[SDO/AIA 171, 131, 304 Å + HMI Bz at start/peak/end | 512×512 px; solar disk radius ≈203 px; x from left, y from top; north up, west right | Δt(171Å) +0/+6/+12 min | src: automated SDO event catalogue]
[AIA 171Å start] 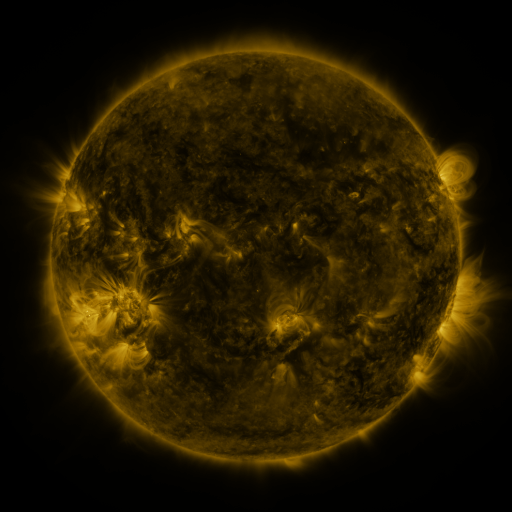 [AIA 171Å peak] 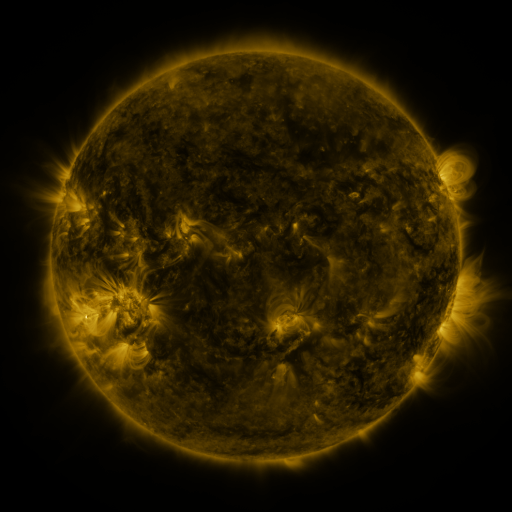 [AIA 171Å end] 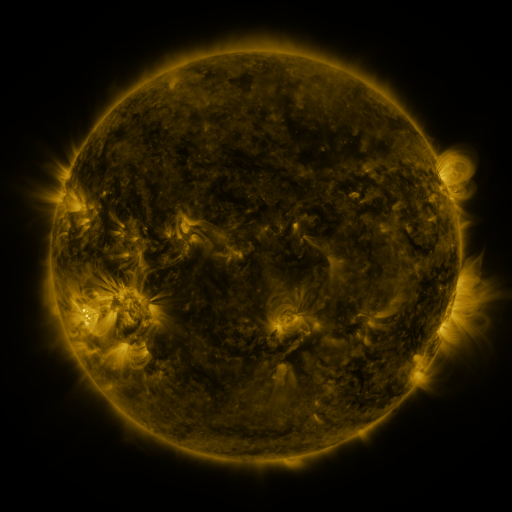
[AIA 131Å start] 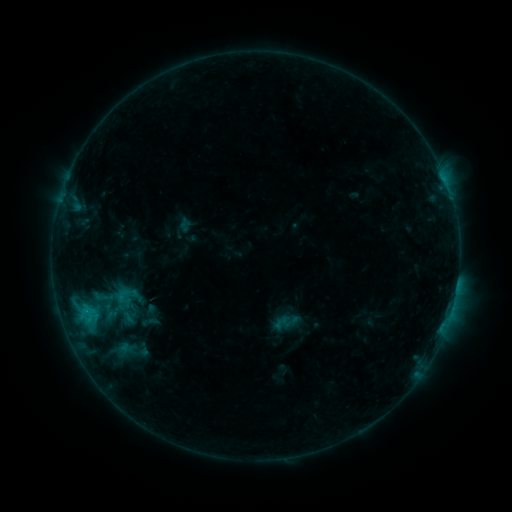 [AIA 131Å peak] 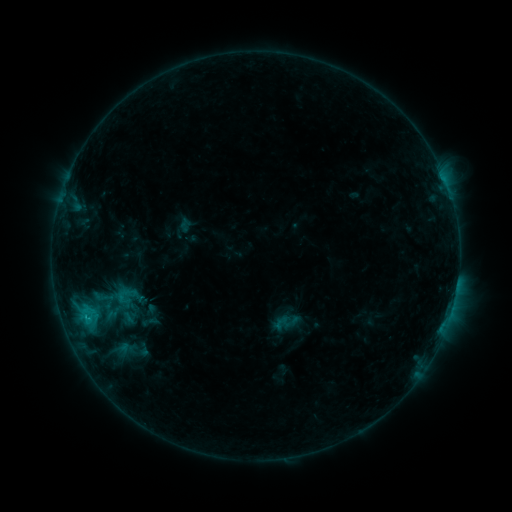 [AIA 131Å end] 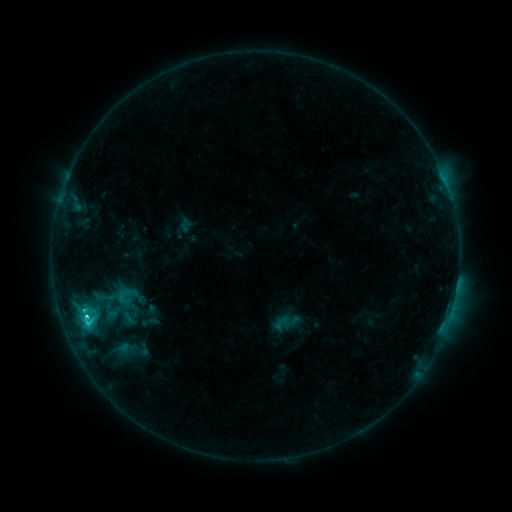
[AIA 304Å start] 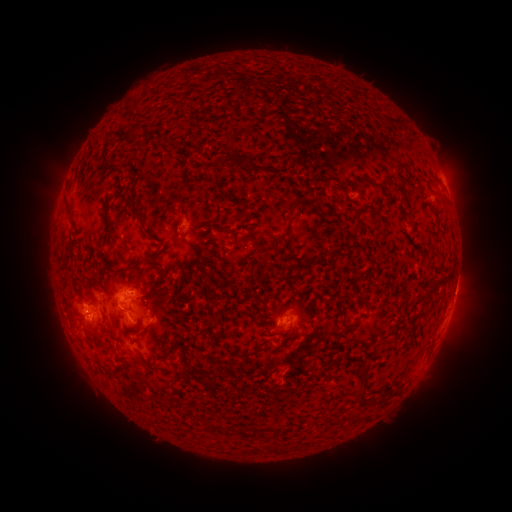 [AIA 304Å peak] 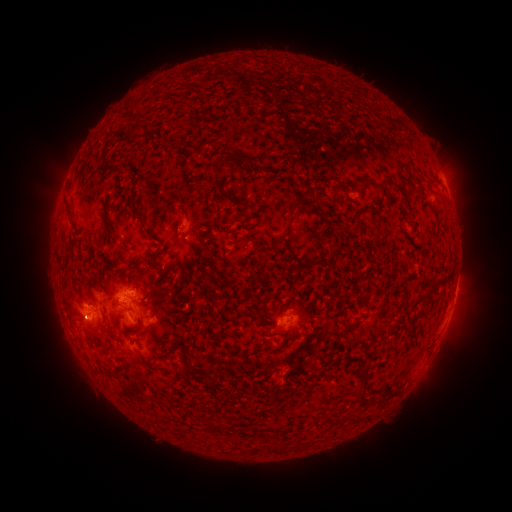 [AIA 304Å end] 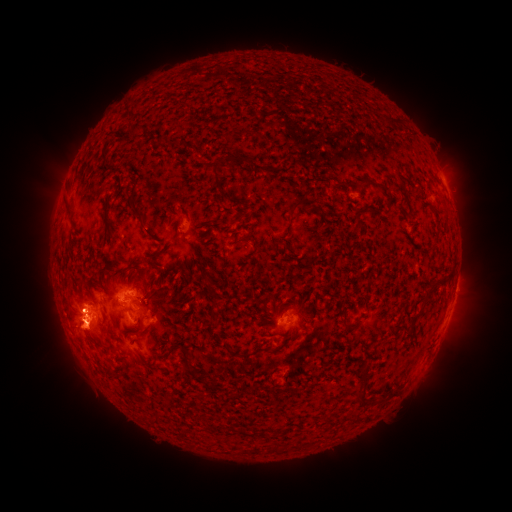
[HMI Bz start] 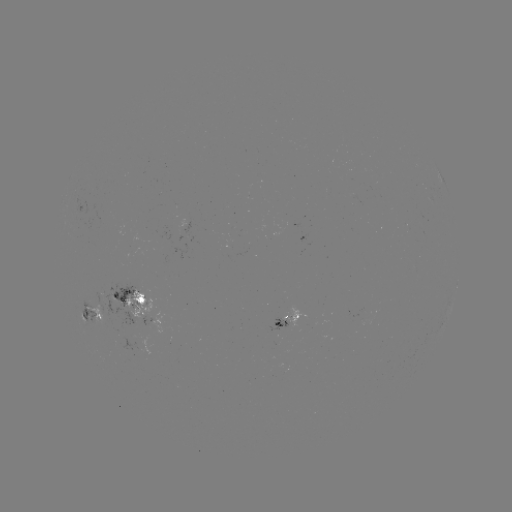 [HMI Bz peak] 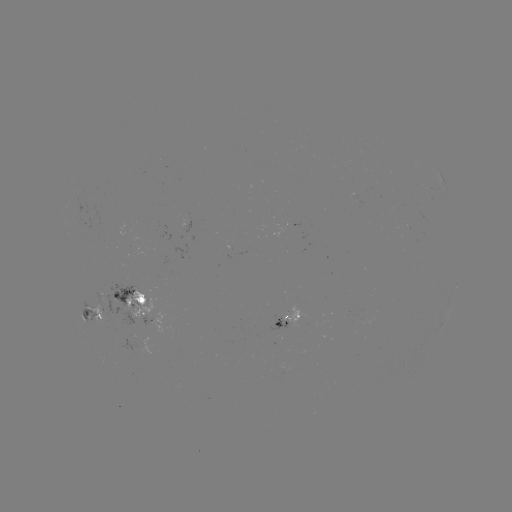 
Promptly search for C3.8 flare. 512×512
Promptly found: (88, 317).